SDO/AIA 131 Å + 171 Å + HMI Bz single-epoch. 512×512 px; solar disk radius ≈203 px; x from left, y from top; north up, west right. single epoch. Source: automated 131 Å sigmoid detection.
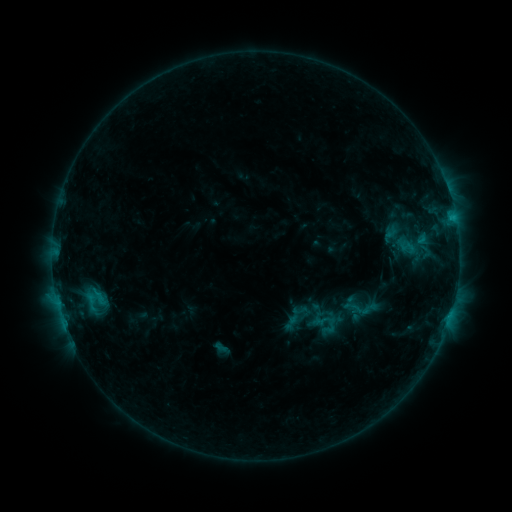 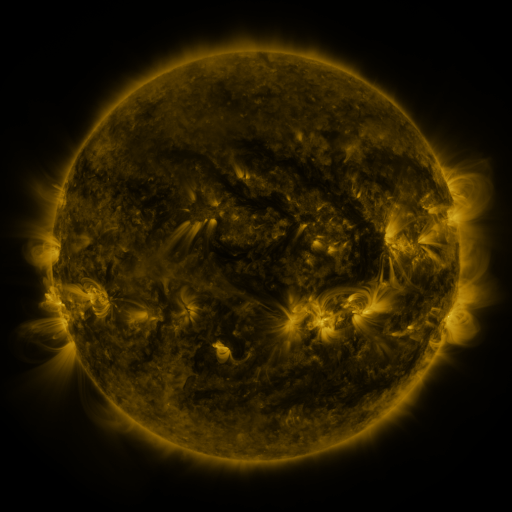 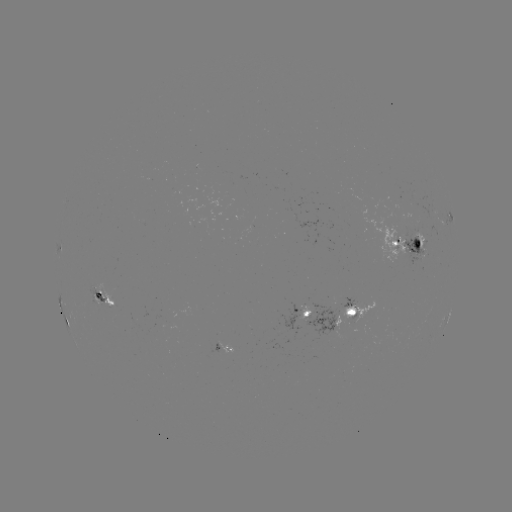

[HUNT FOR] sigmoid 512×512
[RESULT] (354, 307)